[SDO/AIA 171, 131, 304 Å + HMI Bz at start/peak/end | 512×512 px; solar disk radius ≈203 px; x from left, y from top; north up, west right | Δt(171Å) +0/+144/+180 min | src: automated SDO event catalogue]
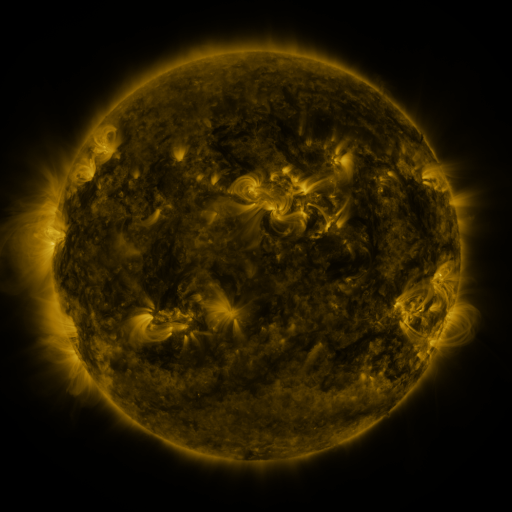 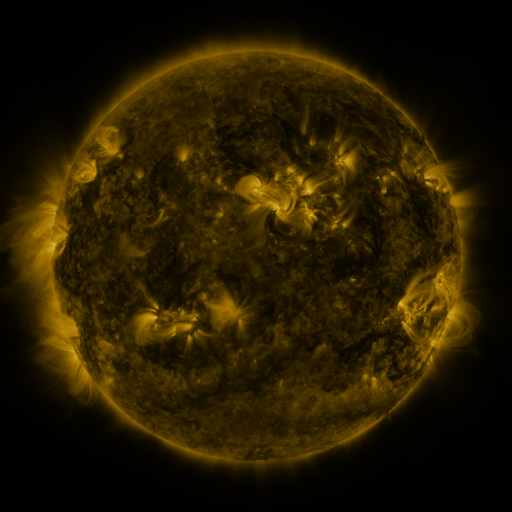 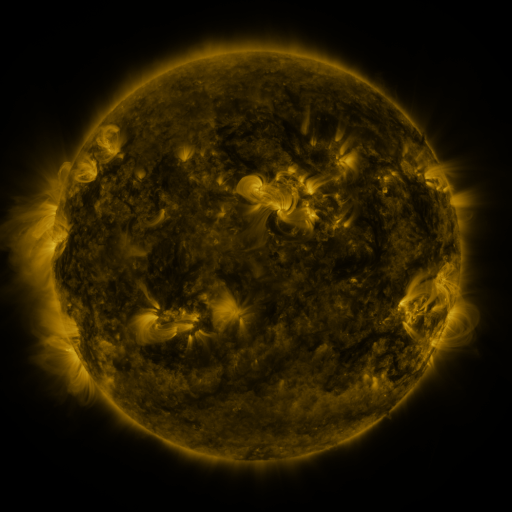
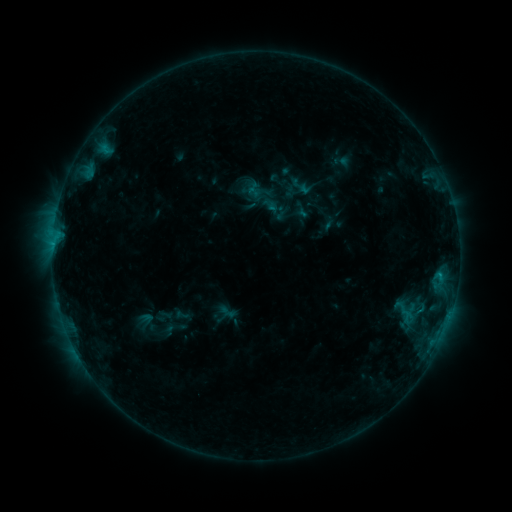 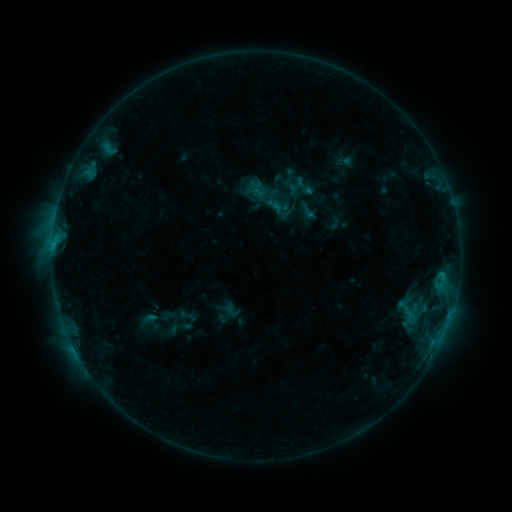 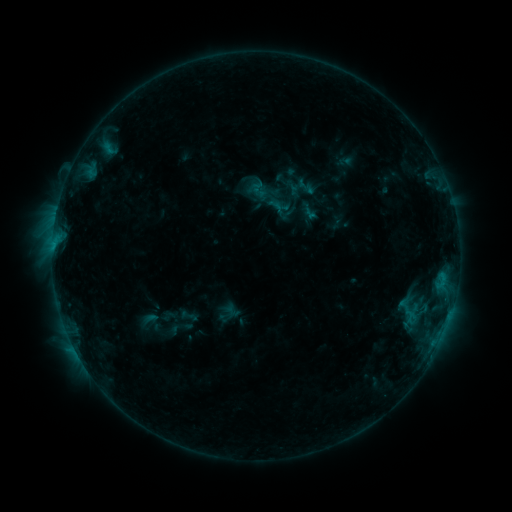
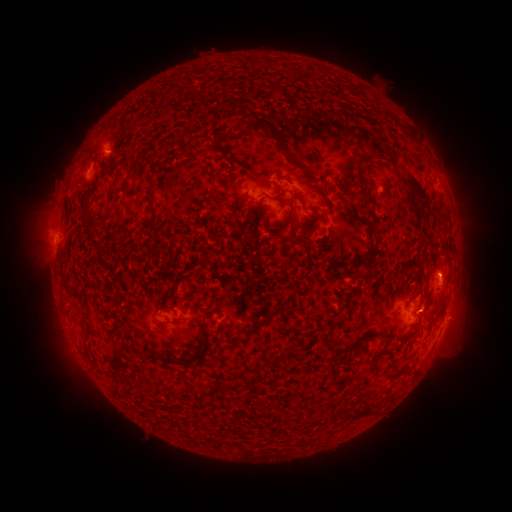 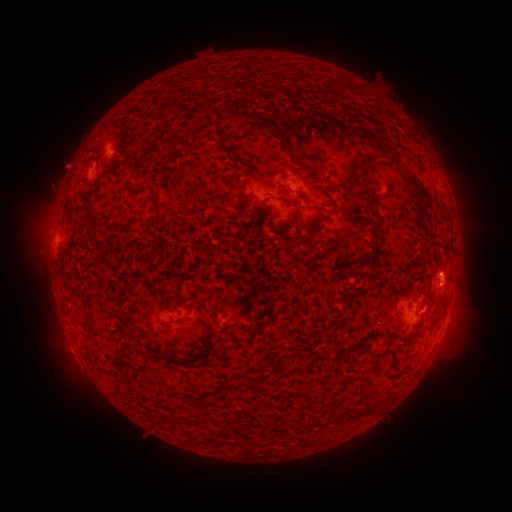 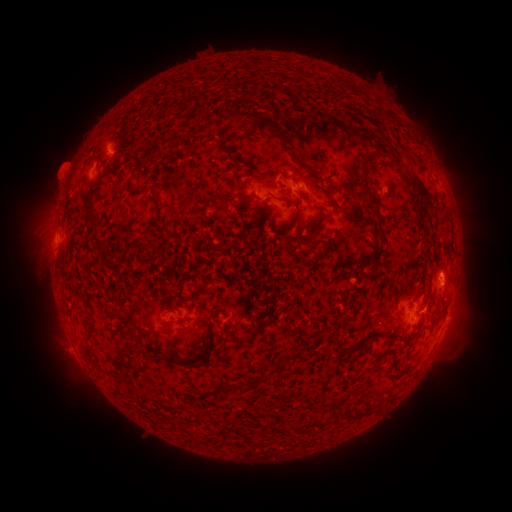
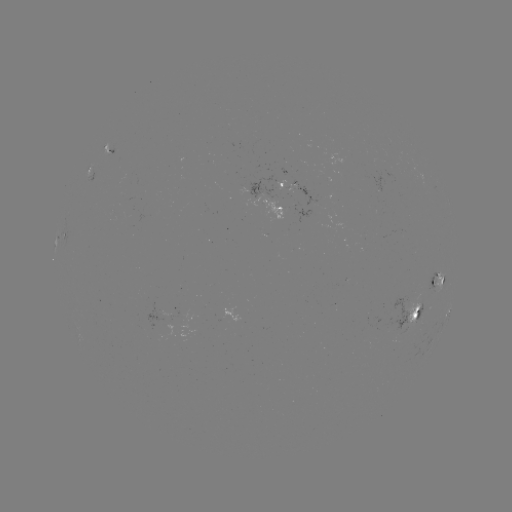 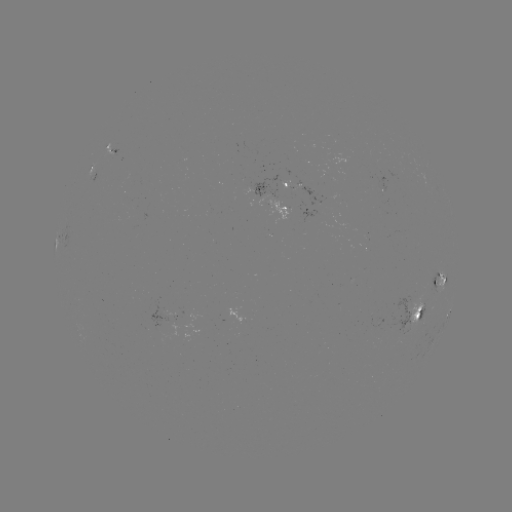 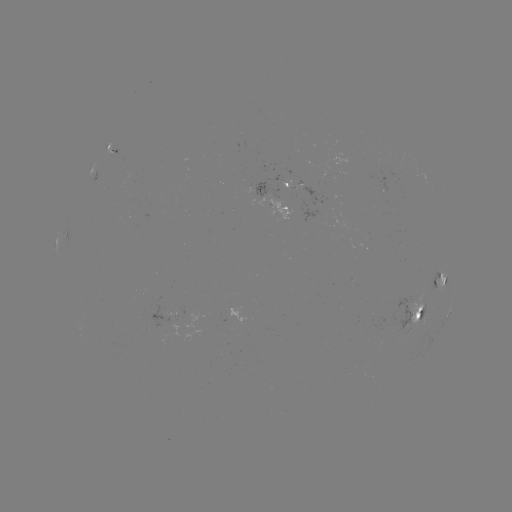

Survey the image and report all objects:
emerging-flux region: (273, 207)
